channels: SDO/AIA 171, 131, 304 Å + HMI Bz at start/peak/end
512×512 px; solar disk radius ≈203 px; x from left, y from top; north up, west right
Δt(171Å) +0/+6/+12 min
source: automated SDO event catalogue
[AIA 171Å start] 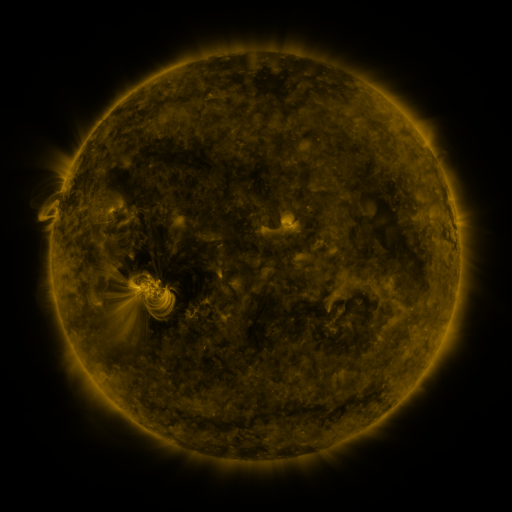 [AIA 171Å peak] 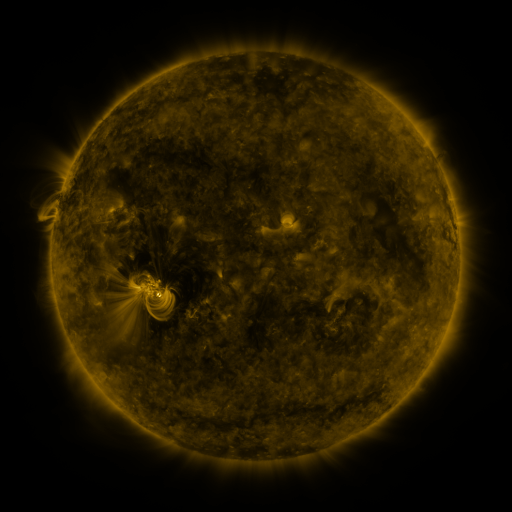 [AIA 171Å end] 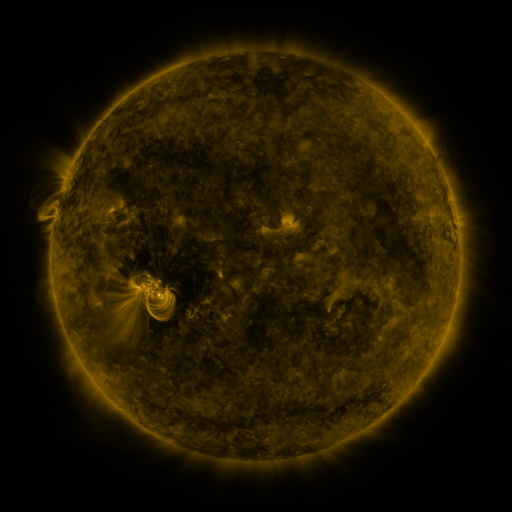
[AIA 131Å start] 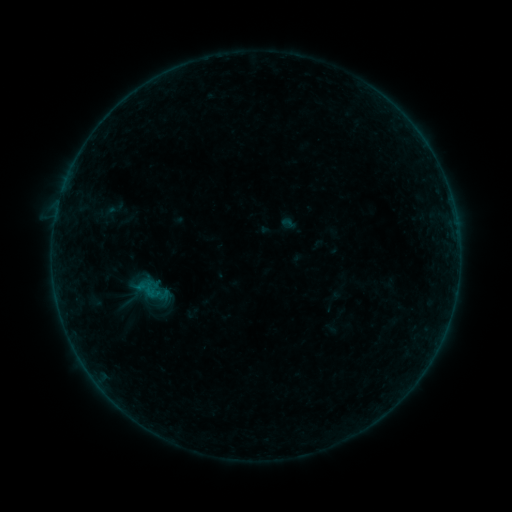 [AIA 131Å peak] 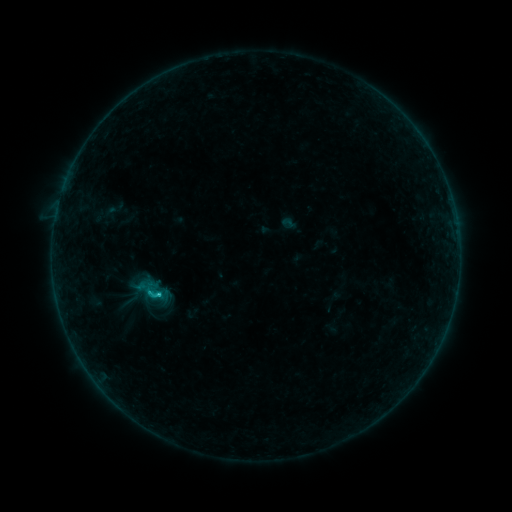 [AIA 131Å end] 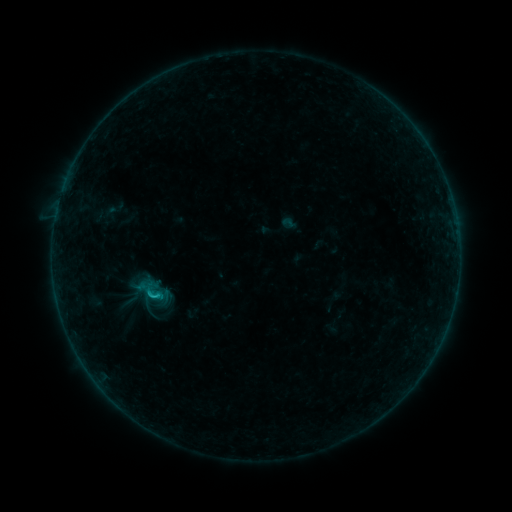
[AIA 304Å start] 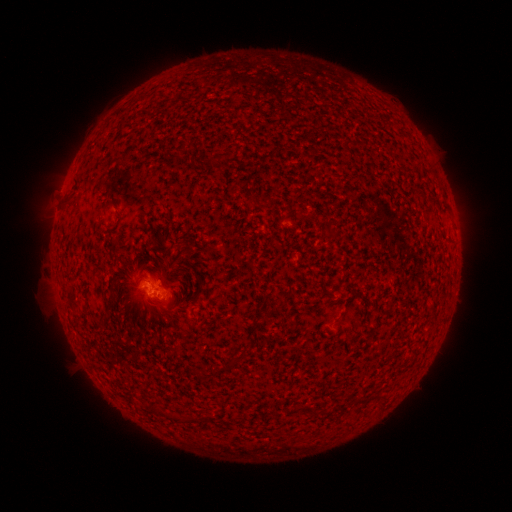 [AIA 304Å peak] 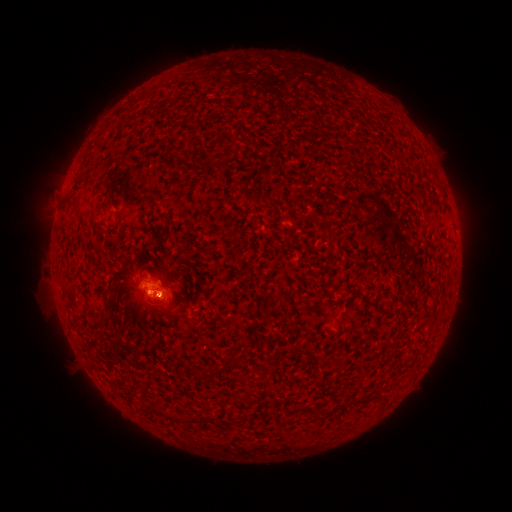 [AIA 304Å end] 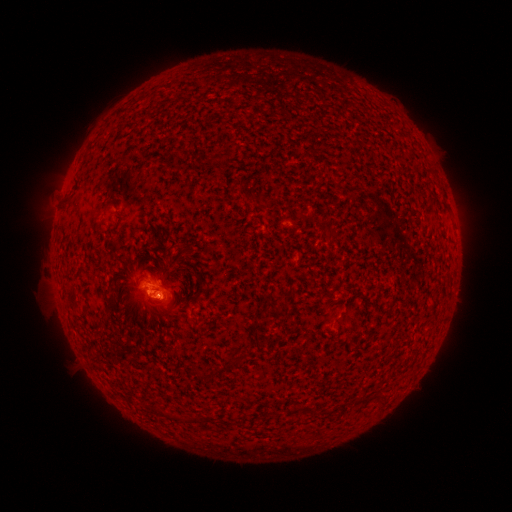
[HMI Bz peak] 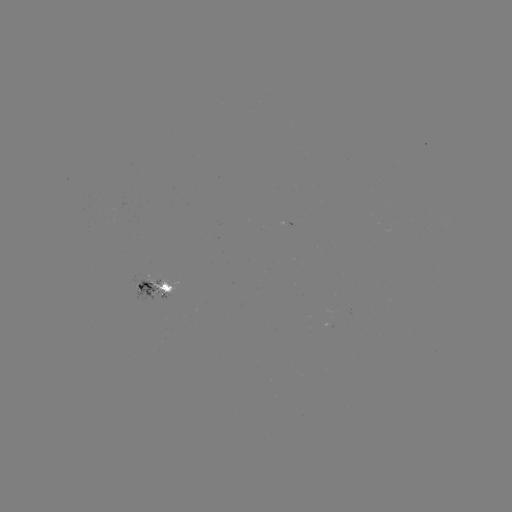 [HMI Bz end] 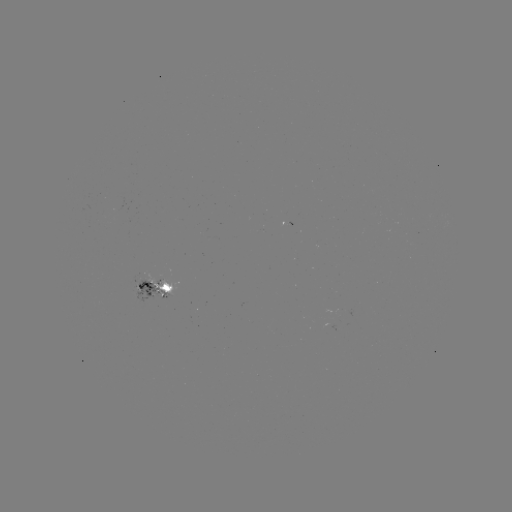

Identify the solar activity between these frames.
B8.7 flare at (160, 292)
